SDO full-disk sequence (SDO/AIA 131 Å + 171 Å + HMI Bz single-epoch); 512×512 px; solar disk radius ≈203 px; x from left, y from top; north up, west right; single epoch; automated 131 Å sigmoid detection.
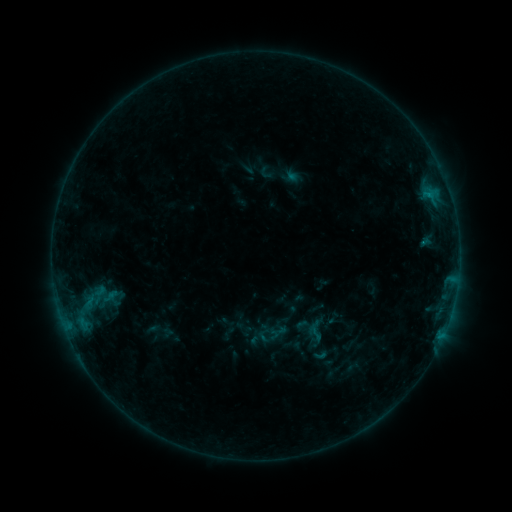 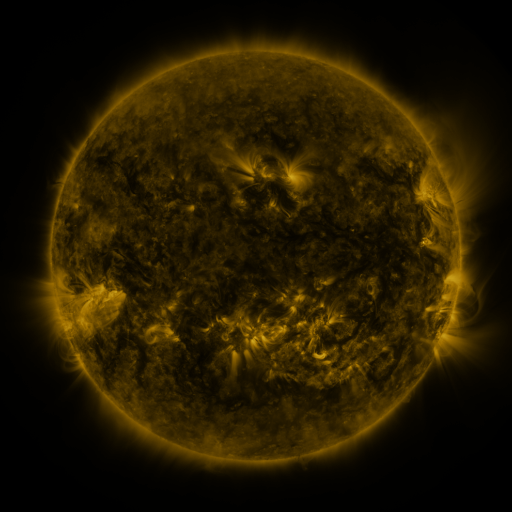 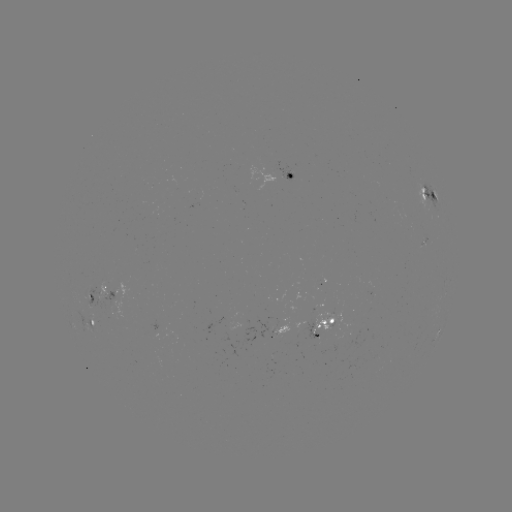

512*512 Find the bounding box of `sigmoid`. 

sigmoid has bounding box [306, 323, 327, 344].